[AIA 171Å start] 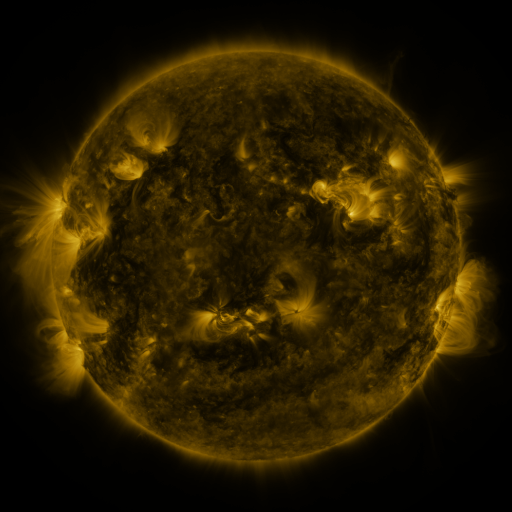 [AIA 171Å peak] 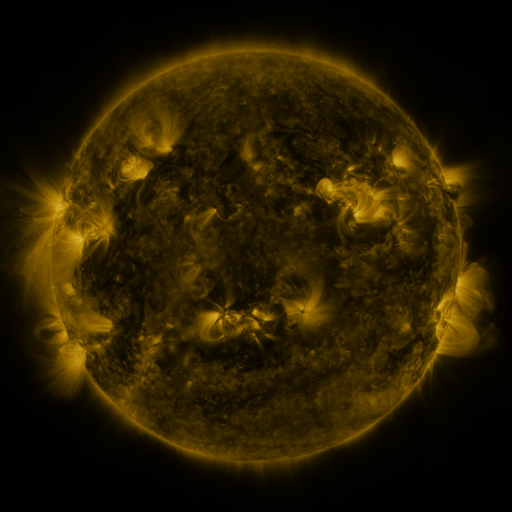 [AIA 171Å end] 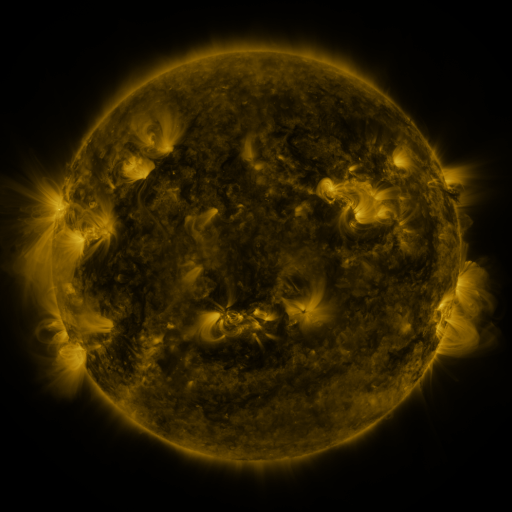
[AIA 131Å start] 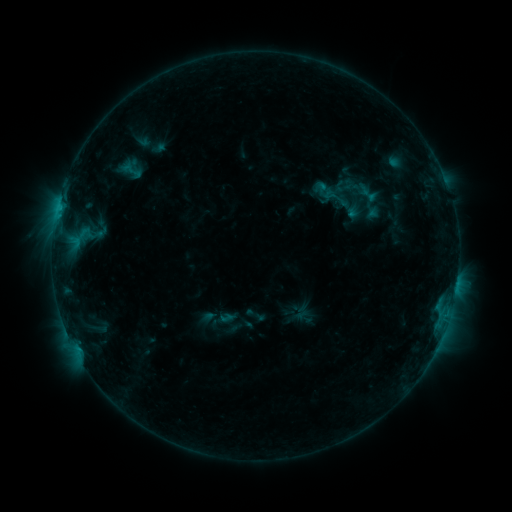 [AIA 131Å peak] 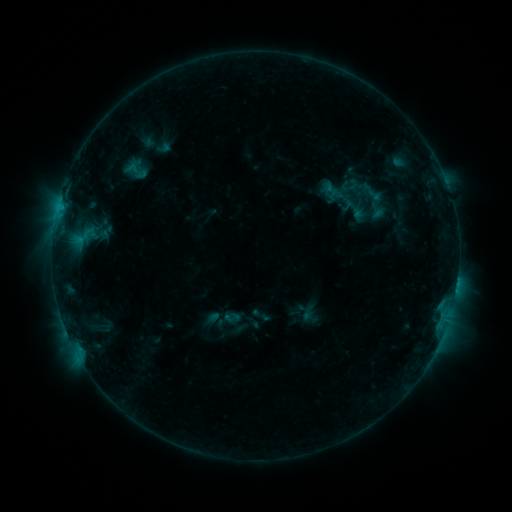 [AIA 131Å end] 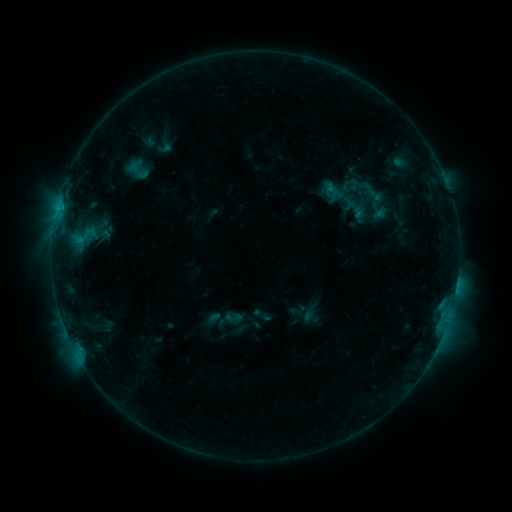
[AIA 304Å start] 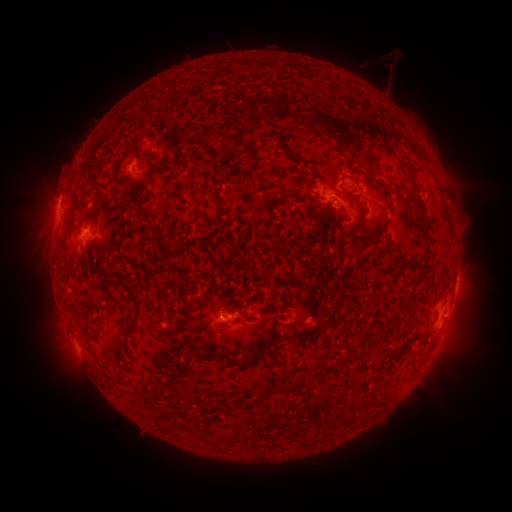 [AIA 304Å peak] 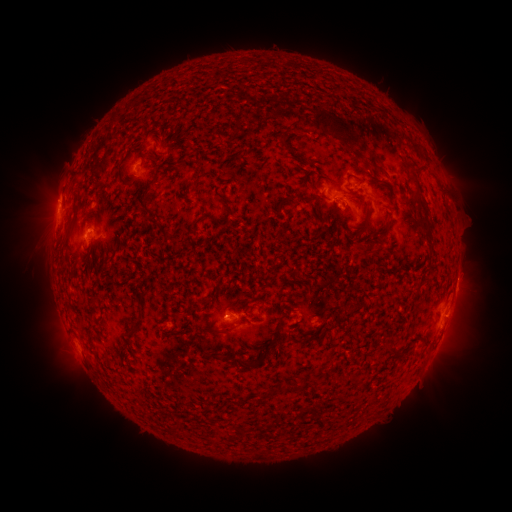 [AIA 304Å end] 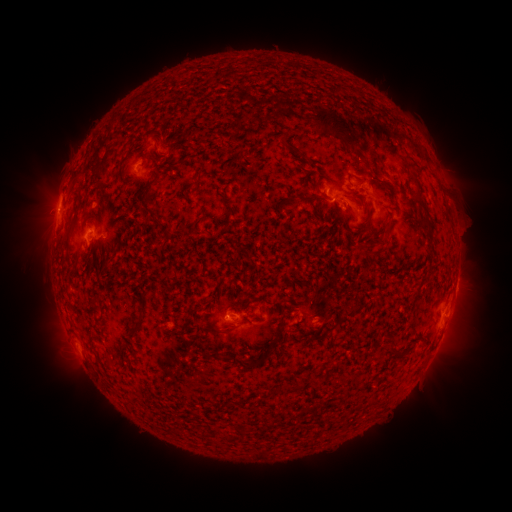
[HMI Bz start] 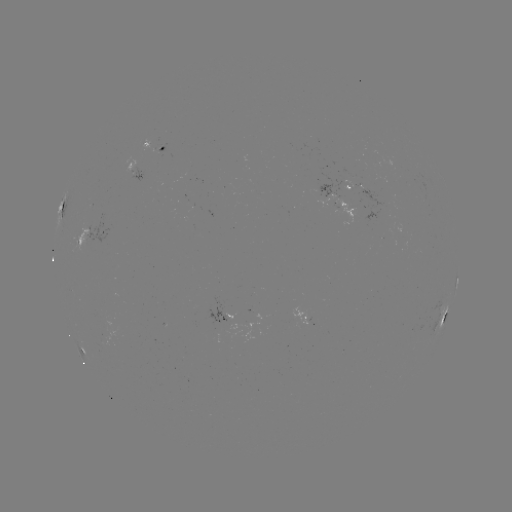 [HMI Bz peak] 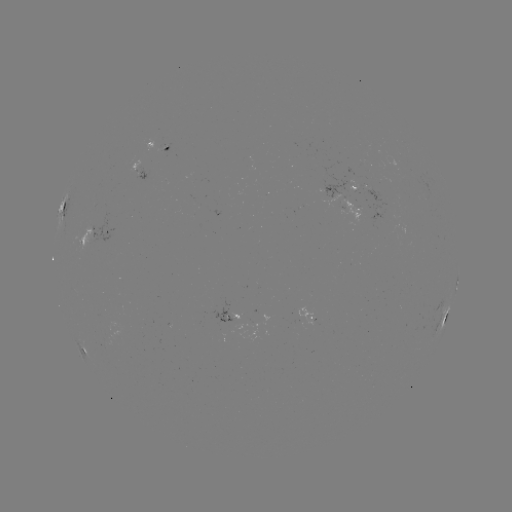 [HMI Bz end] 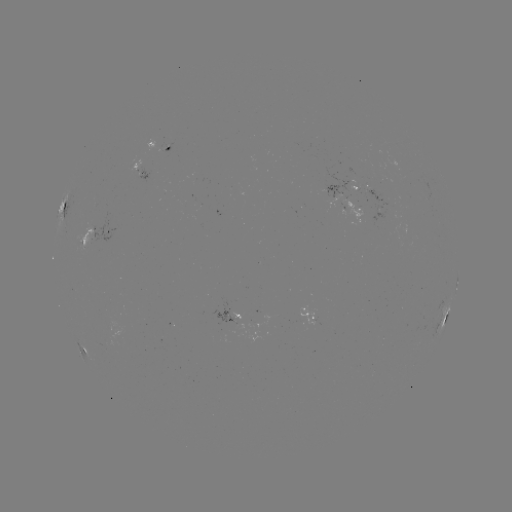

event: emerging-flux region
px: (356, 191)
